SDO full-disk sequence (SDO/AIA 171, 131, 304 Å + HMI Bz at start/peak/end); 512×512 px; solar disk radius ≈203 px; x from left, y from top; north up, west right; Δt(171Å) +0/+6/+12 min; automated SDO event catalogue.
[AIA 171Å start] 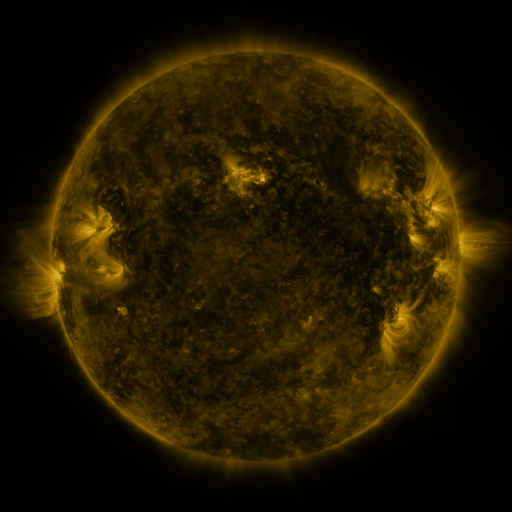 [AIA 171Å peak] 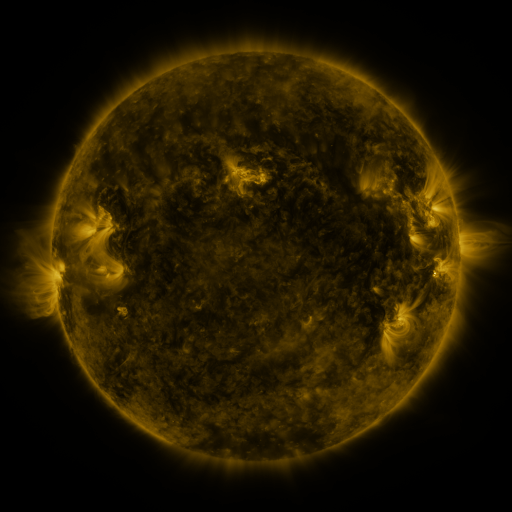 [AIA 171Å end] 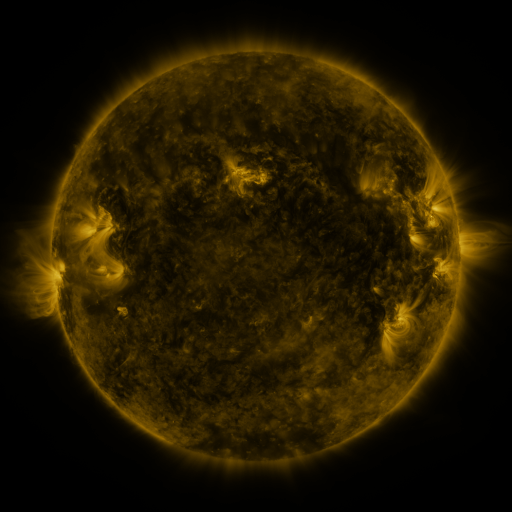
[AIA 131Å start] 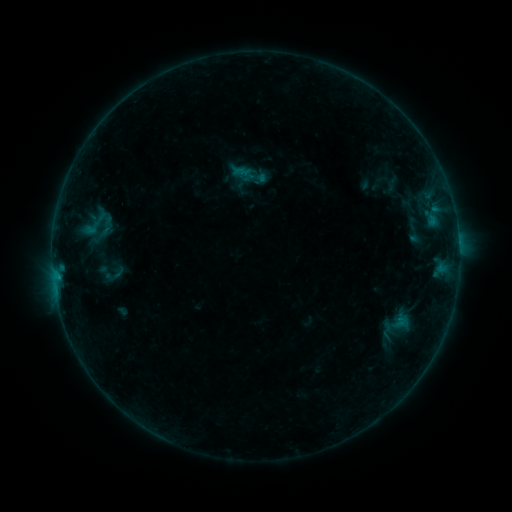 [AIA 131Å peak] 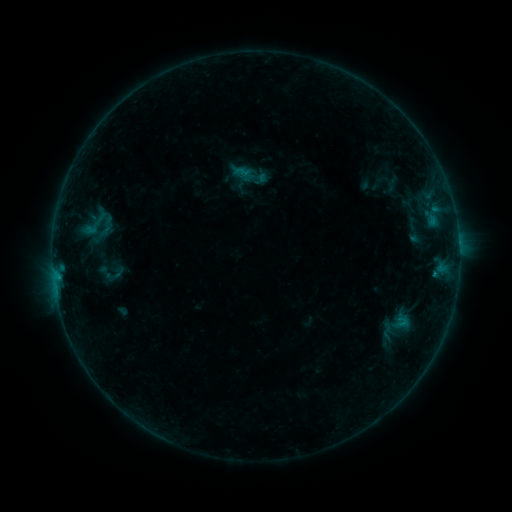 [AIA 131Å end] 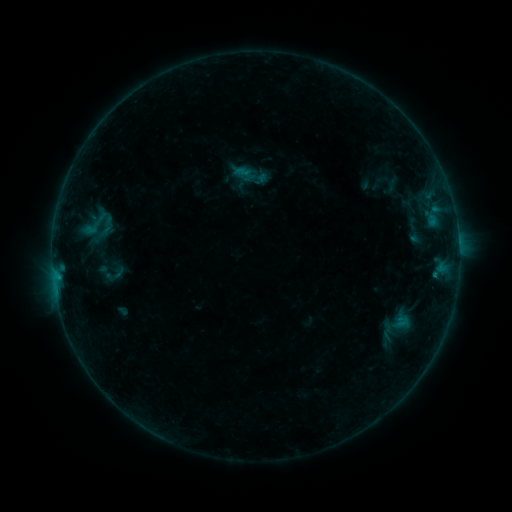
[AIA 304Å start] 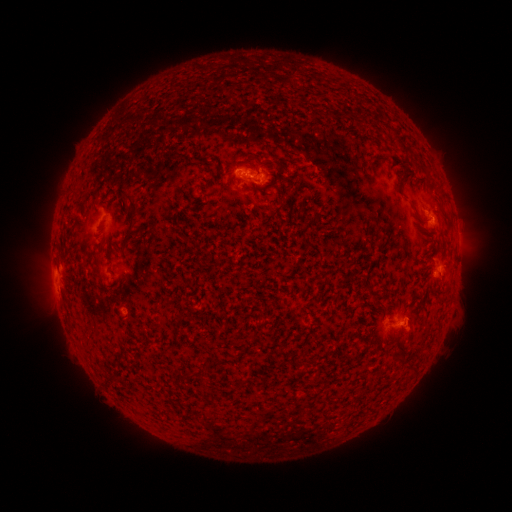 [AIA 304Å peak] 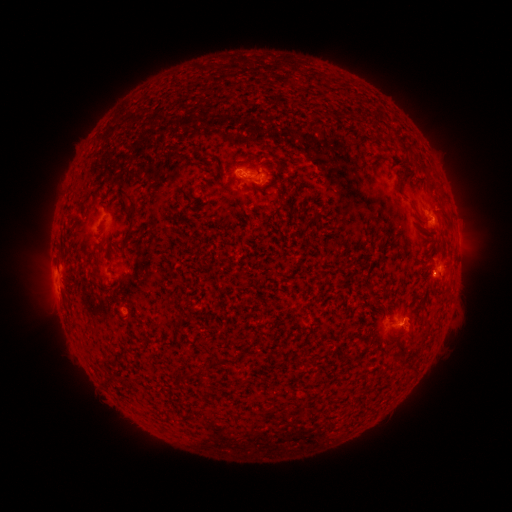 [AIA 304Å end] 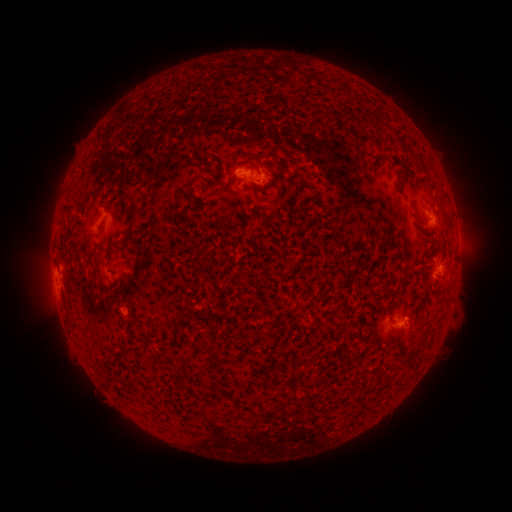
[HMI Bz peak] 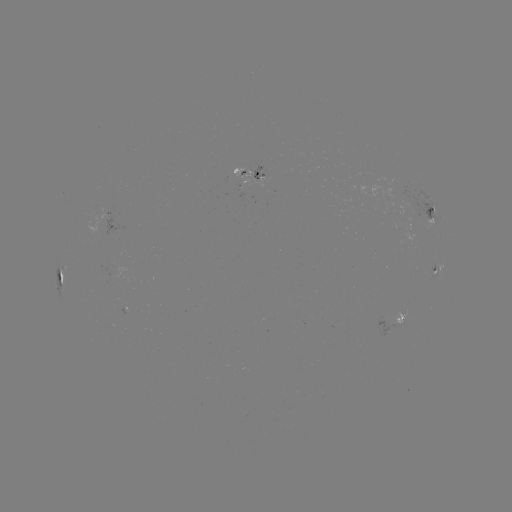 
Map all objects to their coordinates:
B6.3 flare: (434, 272)
